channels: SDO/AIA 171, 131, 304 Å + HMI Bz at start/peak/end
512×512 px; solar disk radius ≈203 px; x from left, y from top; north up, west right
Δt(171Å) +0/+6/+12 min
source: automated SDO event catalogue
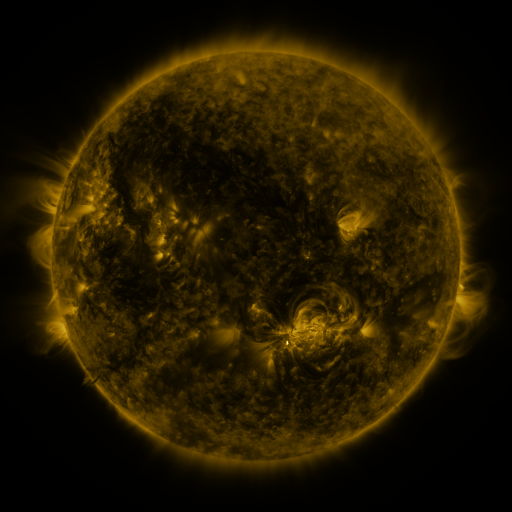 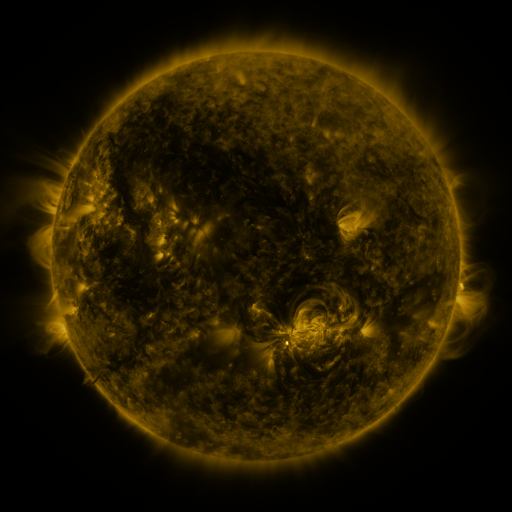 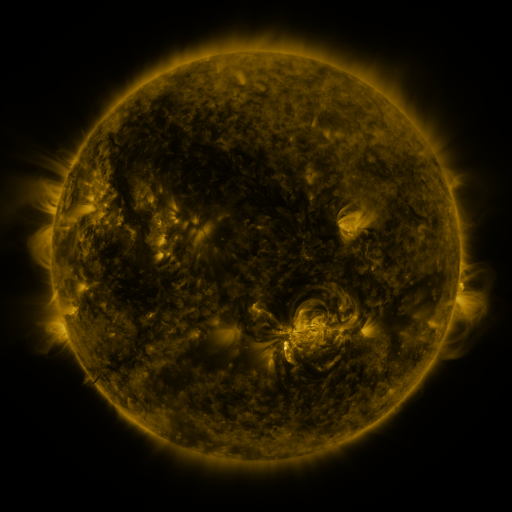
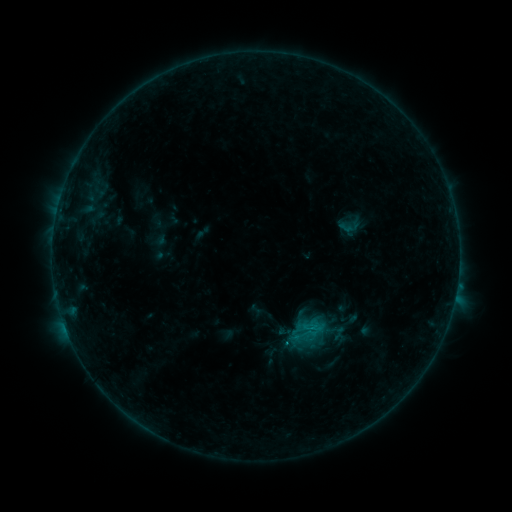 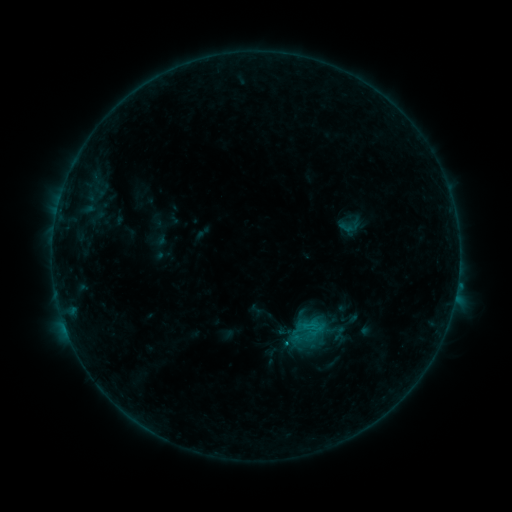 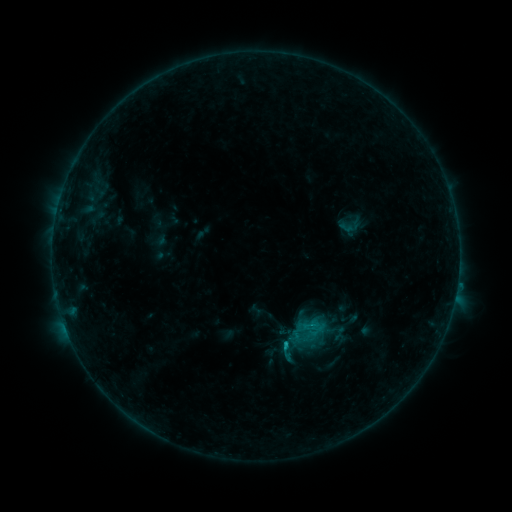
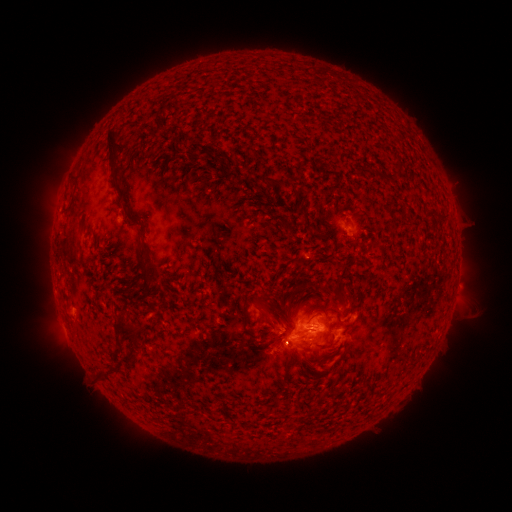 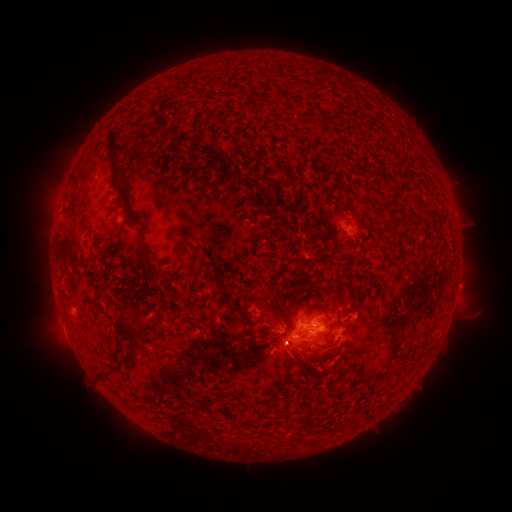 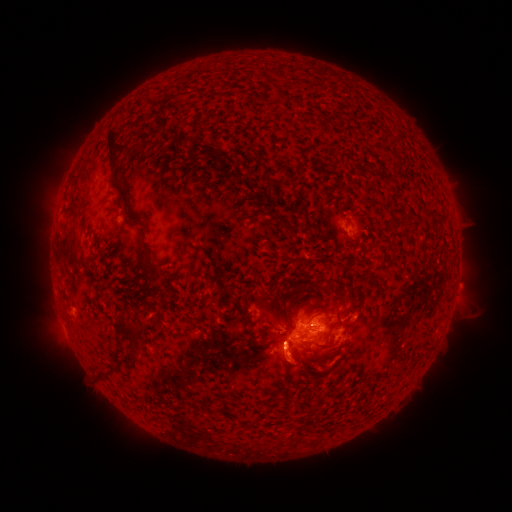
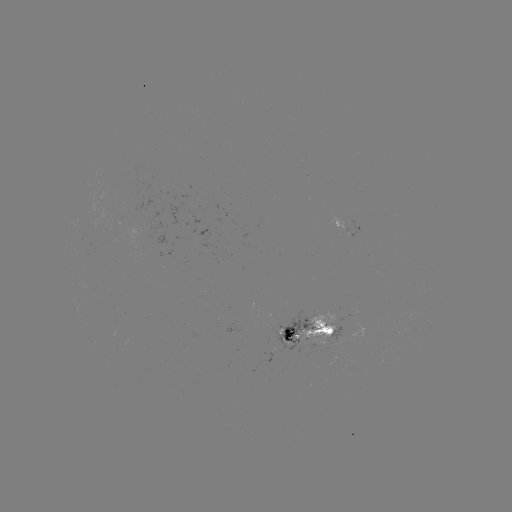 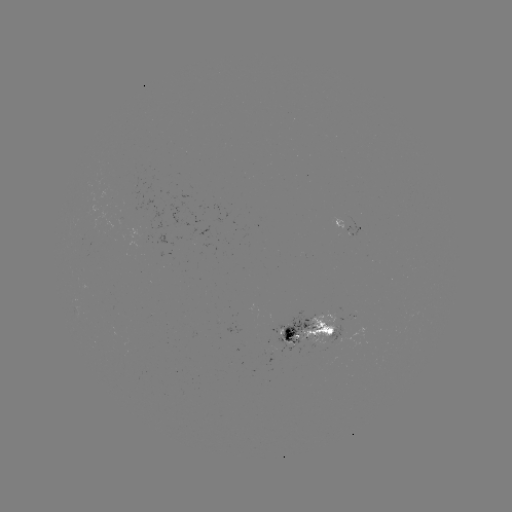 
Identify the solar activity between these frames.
C1.1 flare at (314, 324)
